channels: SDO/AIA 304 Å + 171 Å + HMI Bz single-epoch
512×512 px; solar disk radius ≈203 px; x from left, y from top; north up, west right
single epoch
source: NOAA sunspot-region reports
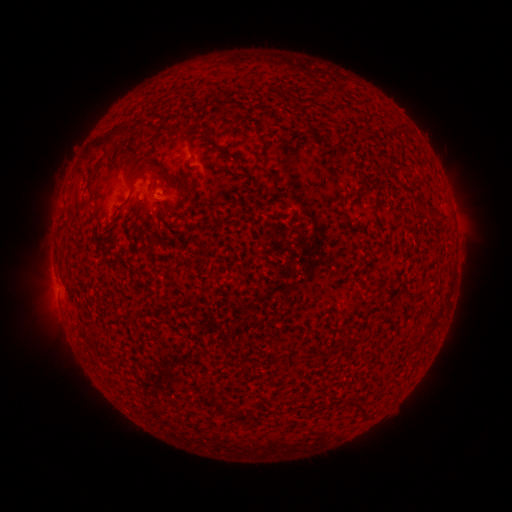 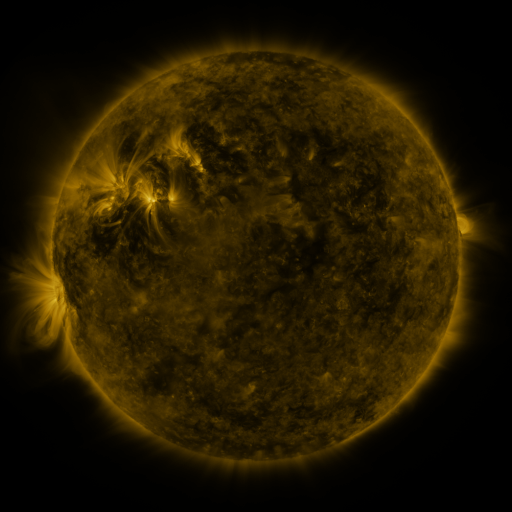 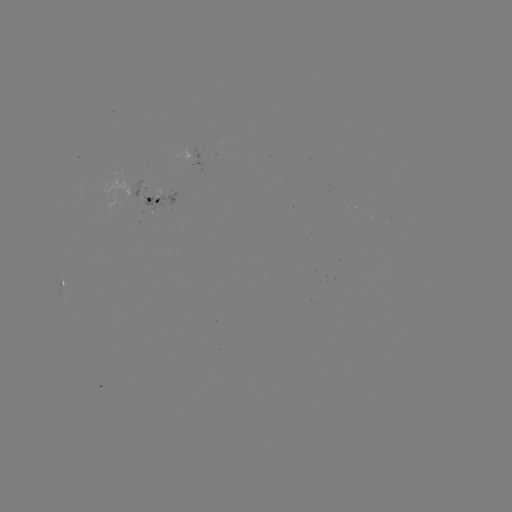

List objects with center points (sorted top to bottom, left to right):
spotted active region: (115, 198)
spotted active region: (156, 198)
spotted active region: (61, 283)
